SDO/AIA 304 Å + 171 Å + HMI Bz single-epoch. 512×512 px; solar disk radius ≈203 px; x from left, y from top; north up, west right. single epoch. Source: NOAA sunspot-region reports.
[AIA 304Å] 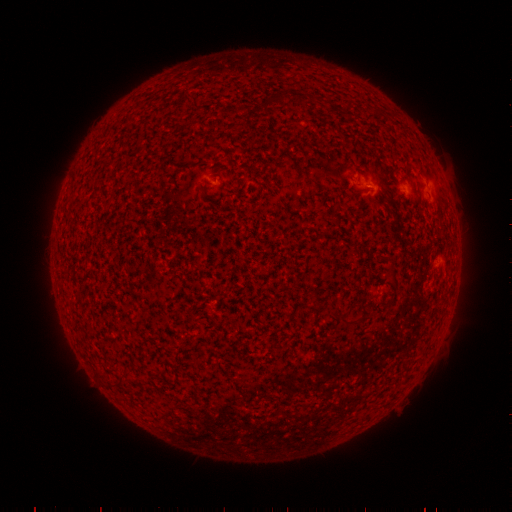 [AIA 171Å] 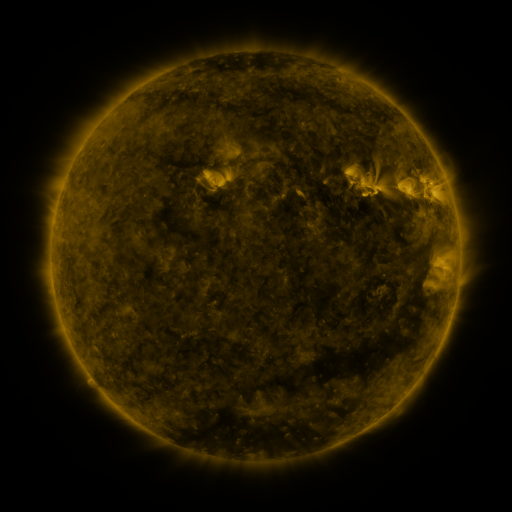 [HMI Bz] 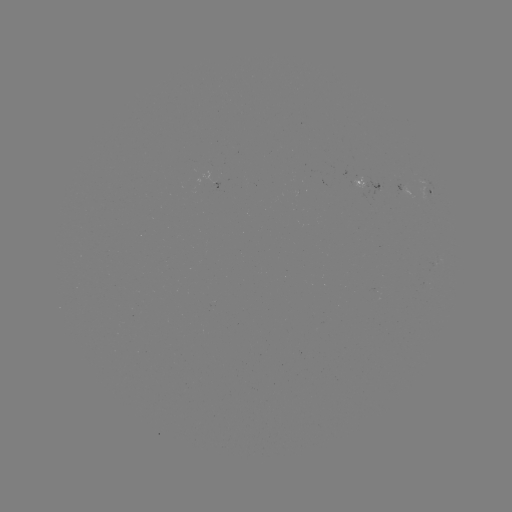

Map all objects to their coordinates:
spotted active region: (372, 189)
spotted active region: (433, 191)
spotted active region: (409, 193)
